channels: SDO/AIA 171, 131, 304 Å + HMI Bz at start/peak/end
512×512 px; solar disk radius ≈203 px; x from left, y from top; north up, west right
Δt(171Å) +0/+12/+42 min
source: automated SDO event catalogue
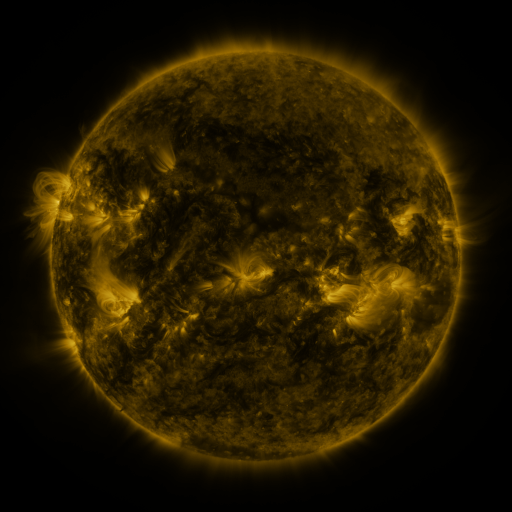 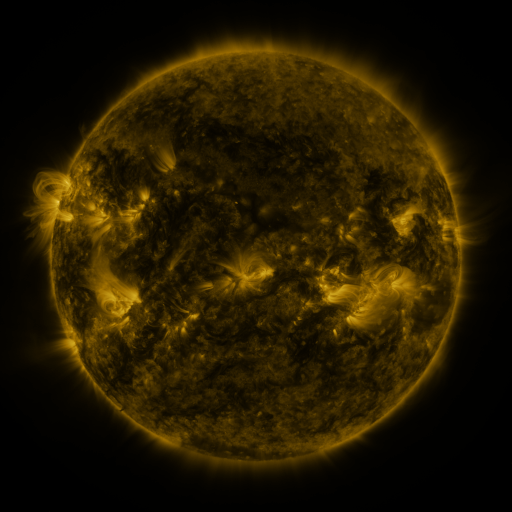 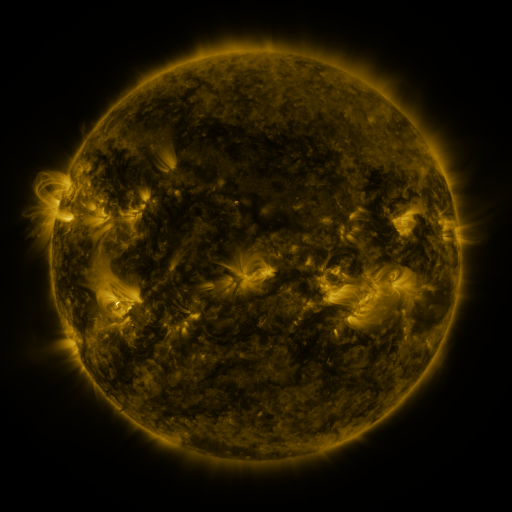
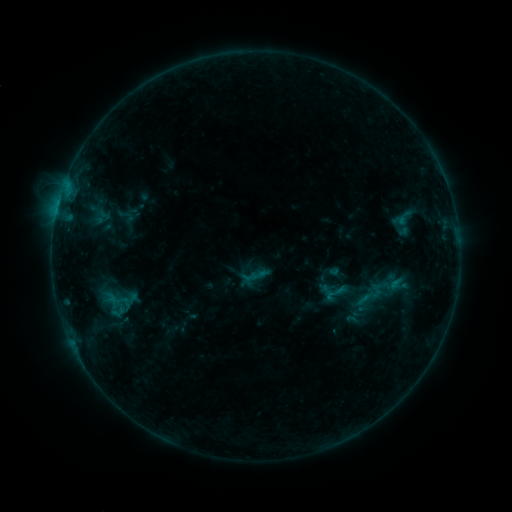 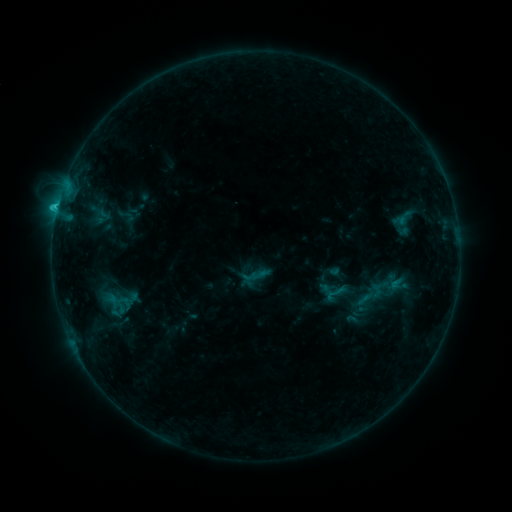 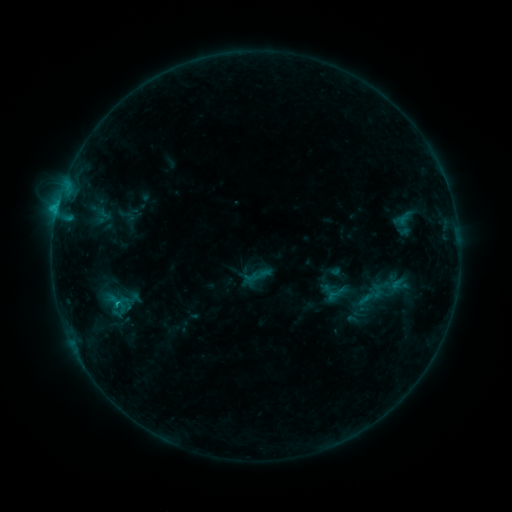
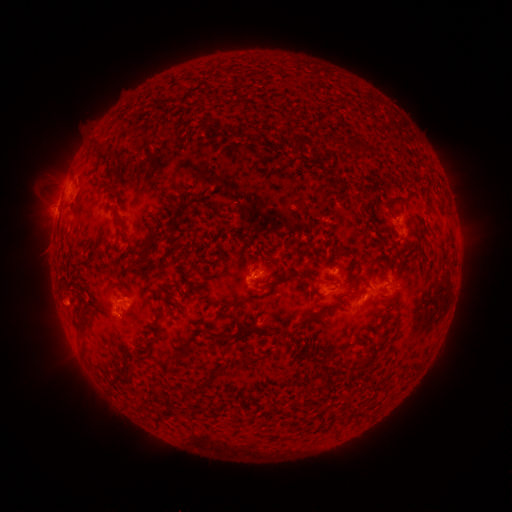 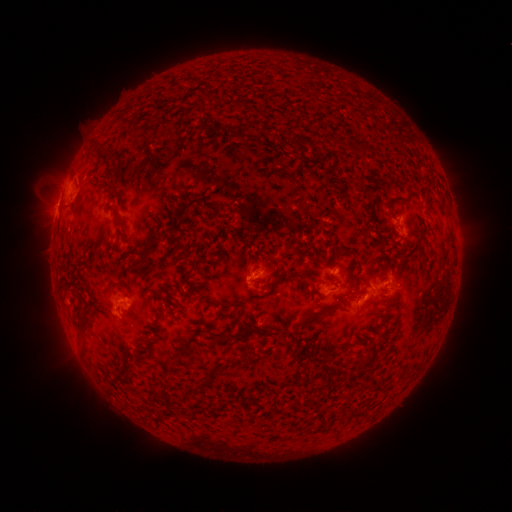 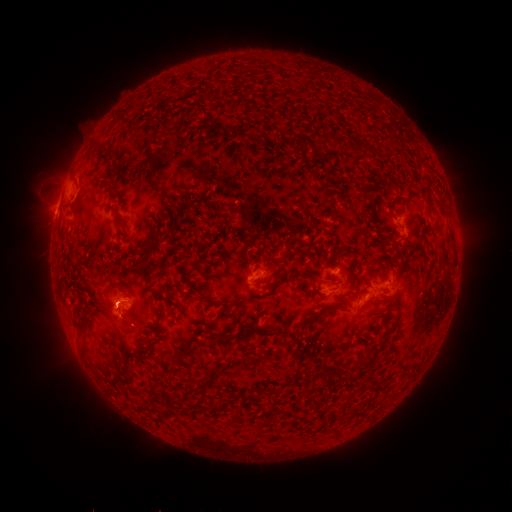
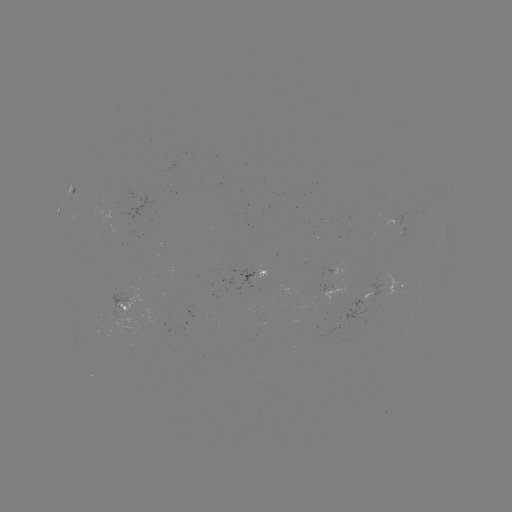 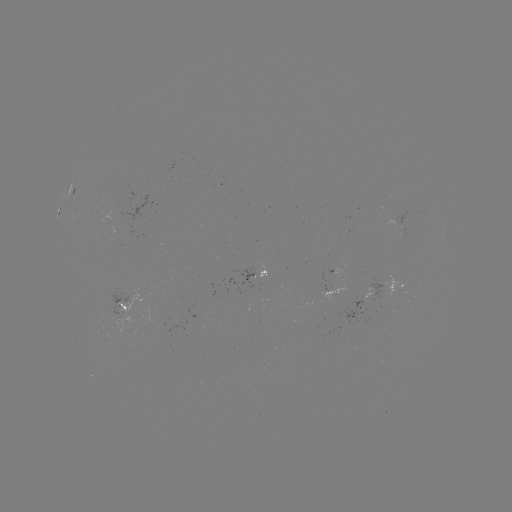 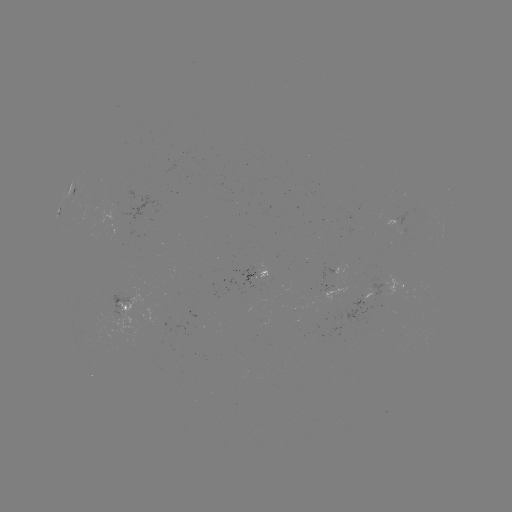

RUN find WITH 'C1.1 flare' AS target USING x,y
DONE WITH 361,300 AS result